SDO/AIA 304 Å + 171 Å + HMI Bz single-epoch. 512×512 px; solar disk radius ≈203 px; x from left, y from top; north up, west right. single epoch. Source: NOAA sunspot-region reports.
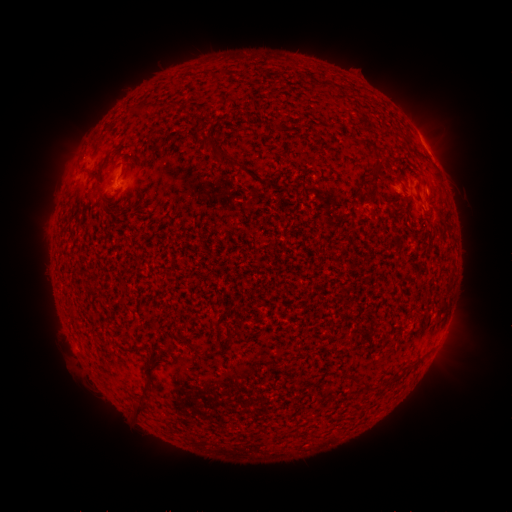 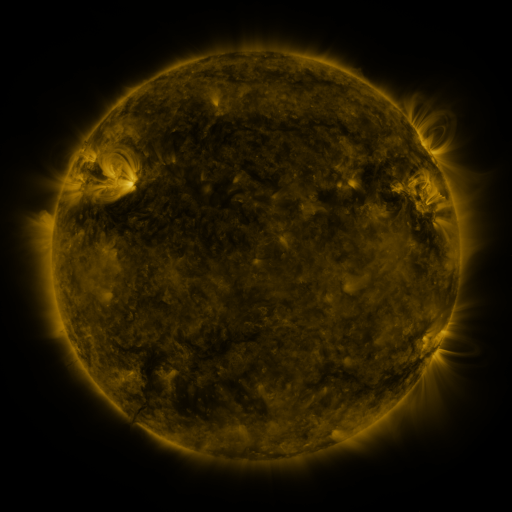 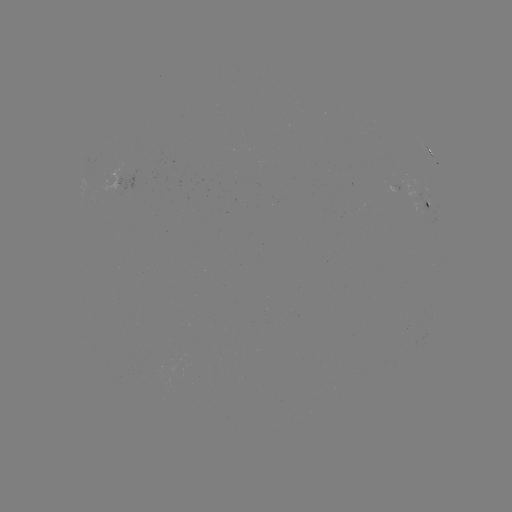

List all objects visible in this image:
spotted active region: (427, 147)
spotted active region: (395, 190)
spotted active region: (428, 201)
